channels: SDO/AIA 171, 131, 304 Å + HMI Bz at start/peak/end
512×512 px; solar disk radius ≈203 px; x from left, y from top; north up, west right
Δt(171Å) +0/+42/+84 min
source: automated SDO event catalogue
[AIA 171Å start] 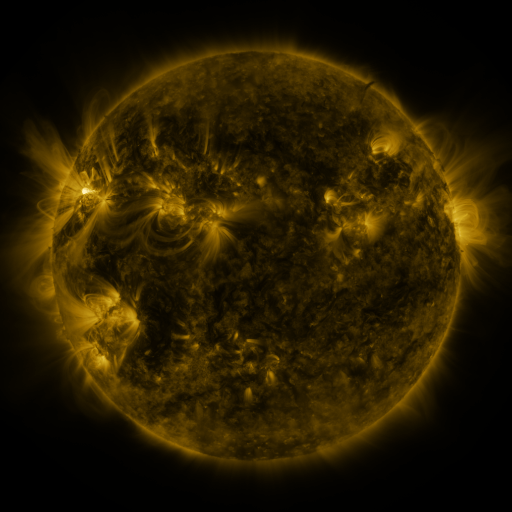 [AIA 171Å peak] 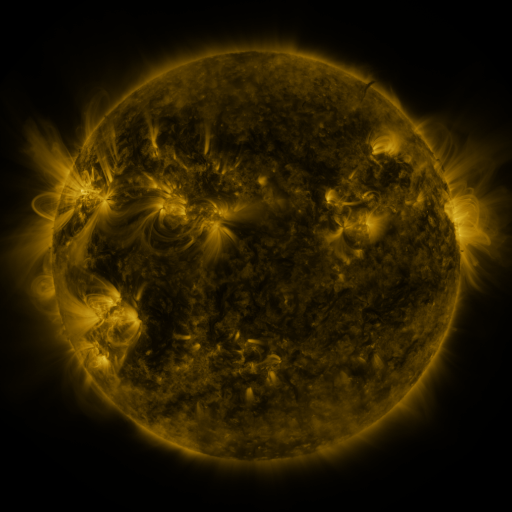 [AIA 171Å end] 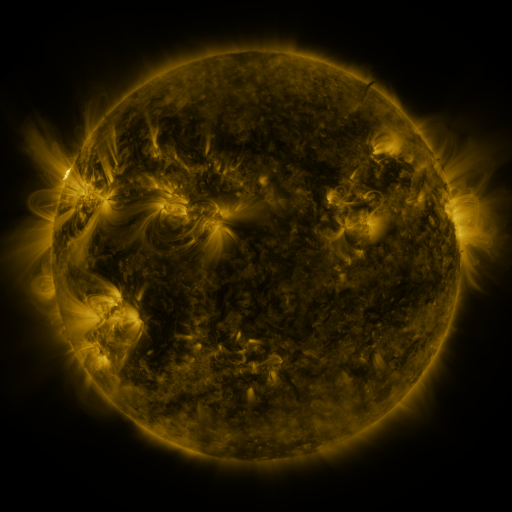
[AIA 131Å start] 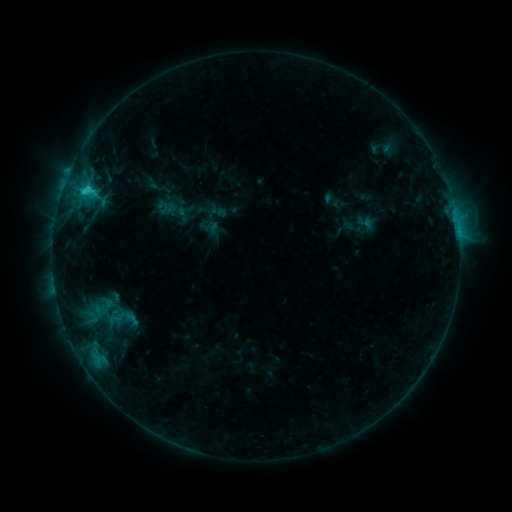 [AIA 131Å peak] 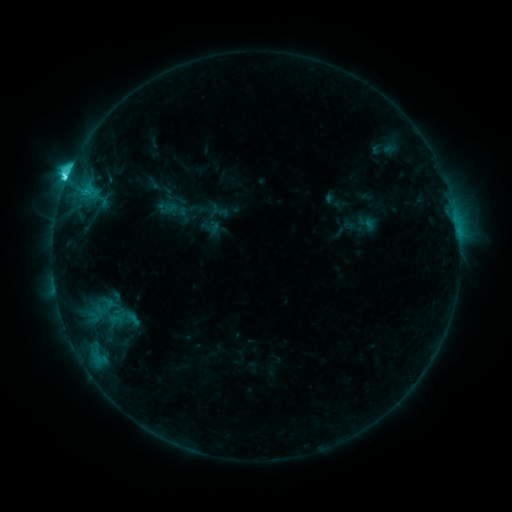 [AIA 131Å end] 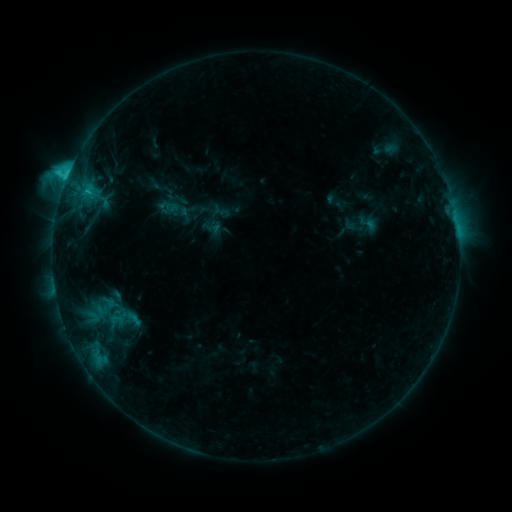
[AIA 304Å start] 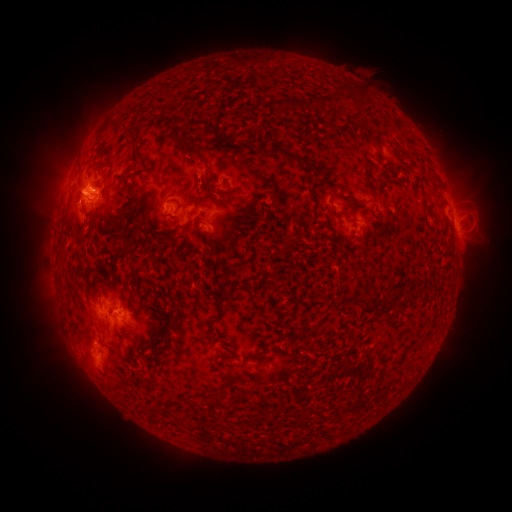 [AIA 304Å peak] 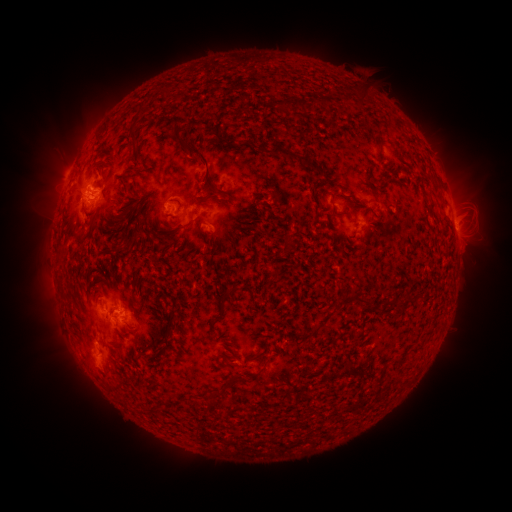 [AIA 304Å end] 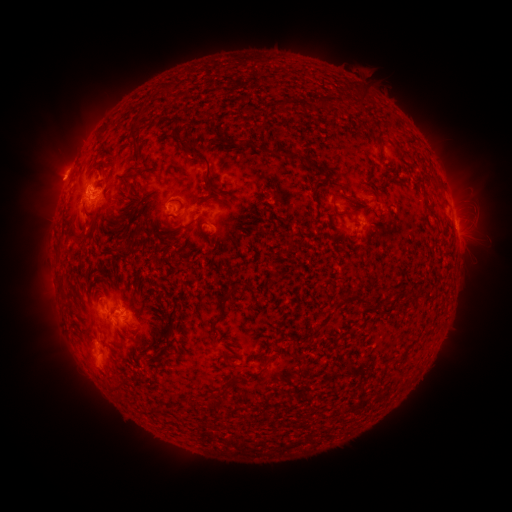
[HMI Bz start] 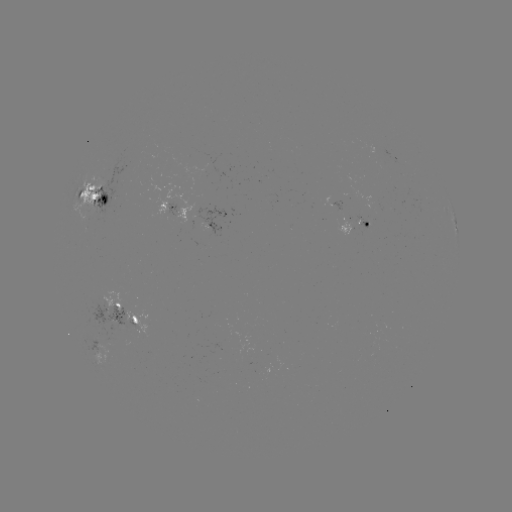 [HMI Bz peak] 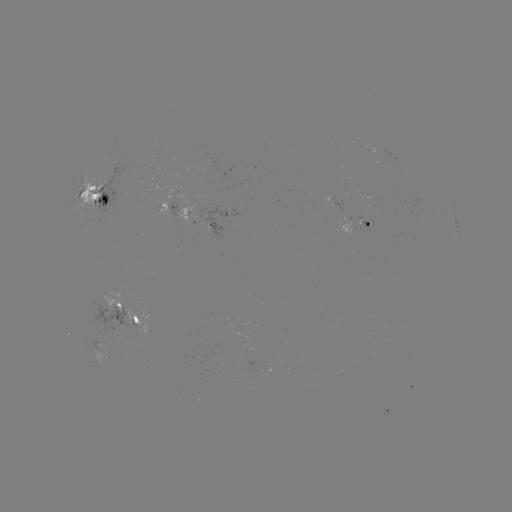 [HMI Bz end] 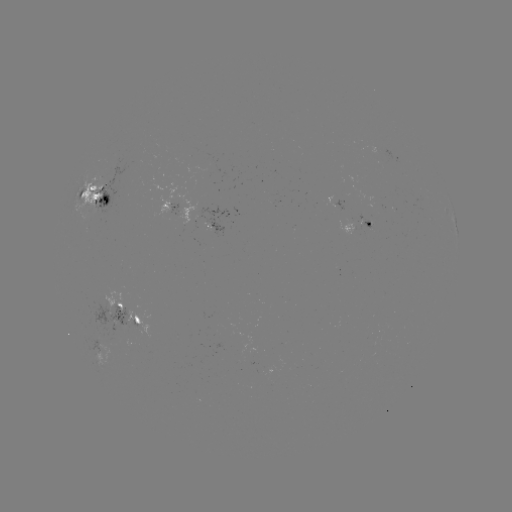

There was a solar flare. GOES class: C5.4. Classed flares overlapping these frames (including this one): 1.